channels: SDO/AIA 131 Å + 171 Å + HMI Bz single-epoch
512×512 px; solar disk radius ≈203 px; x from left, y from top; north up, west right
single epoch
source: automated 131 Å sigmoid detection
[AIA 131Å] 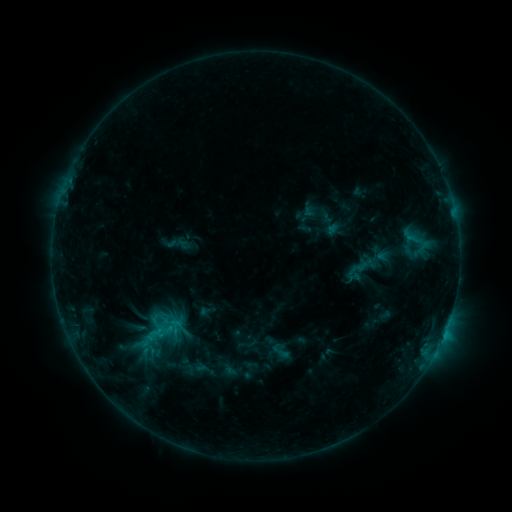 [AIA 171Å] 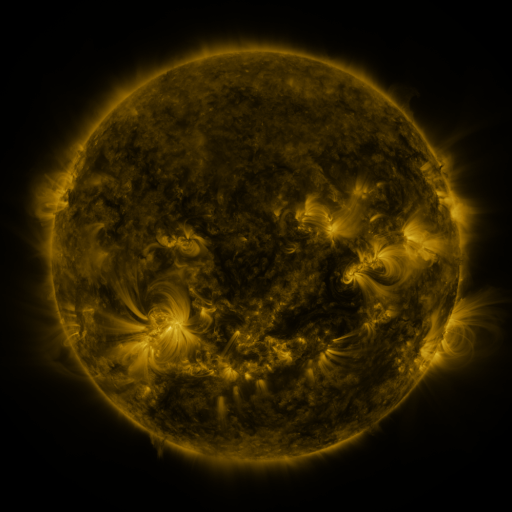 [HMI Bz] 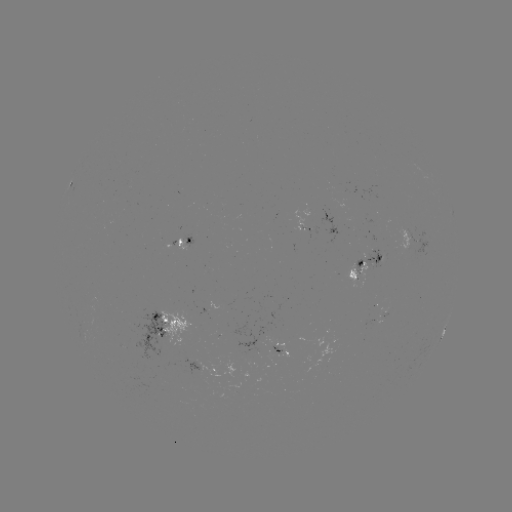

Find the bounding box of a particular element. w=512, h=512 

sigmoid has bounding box [270, 339, 293, 362].